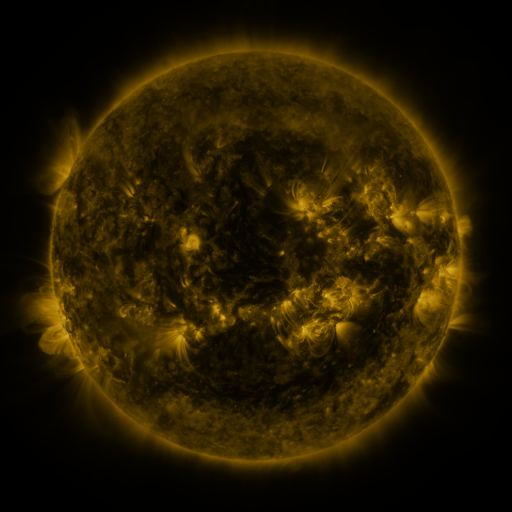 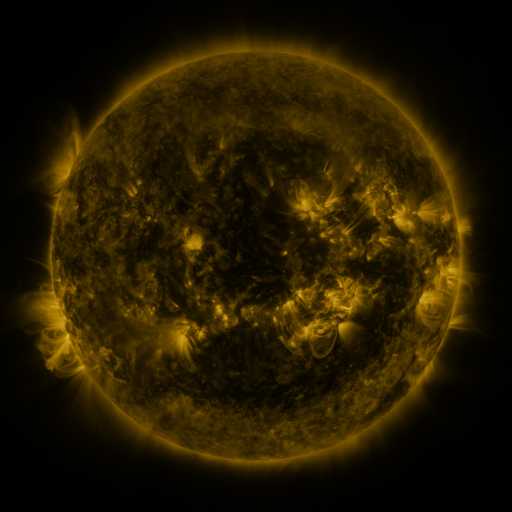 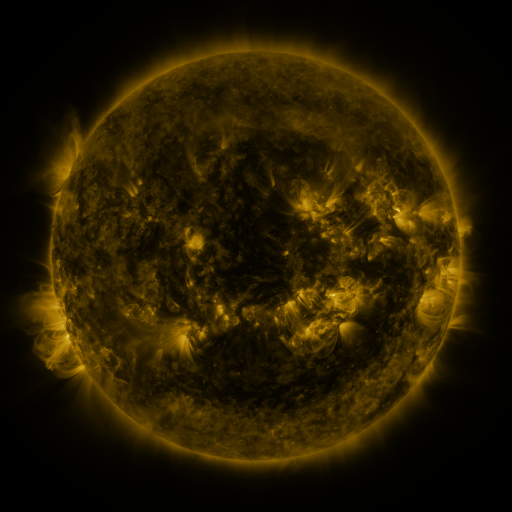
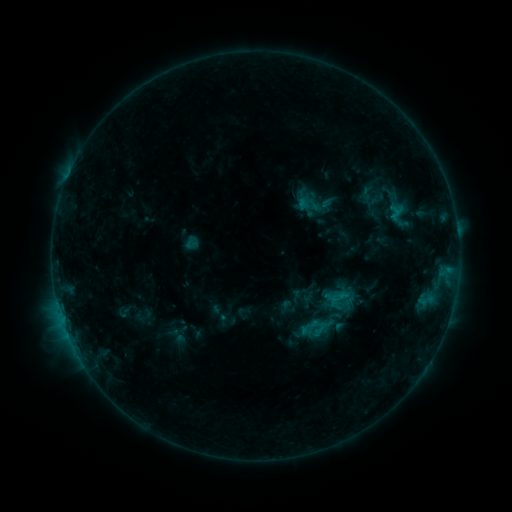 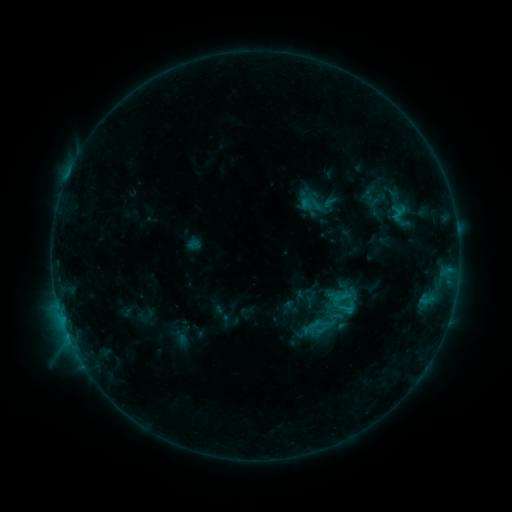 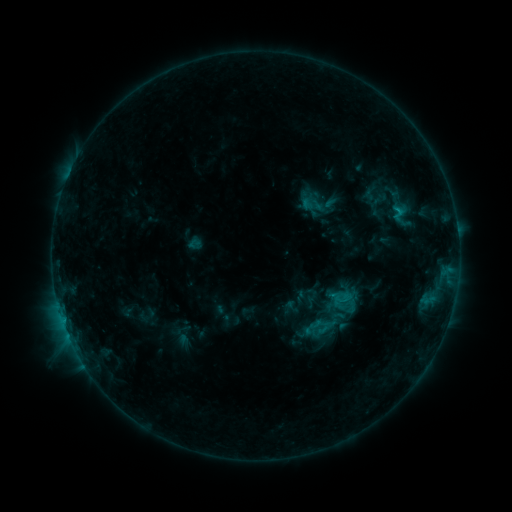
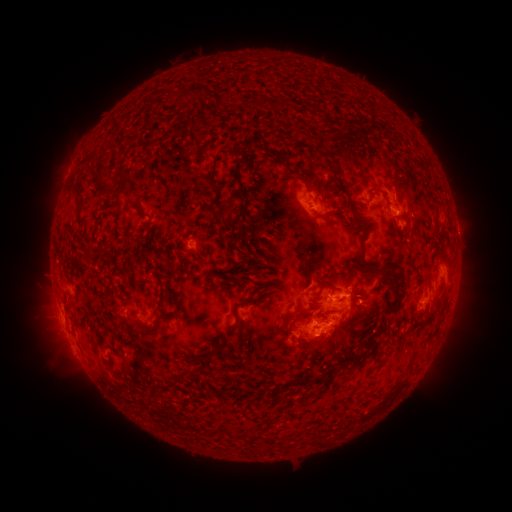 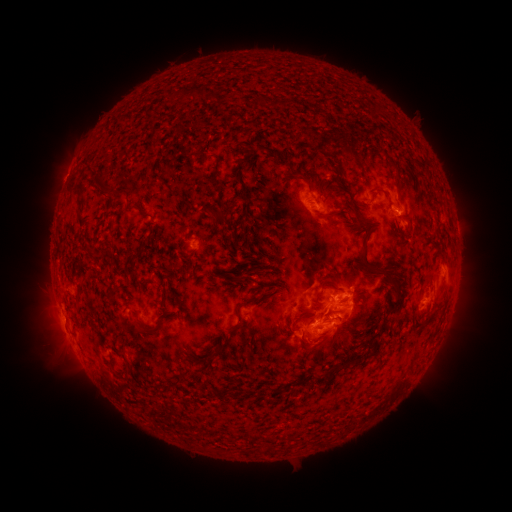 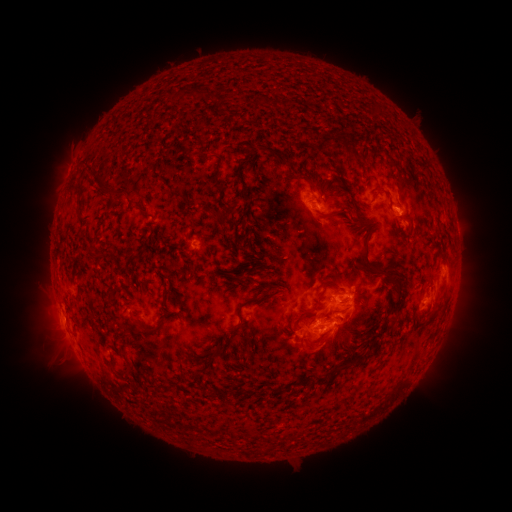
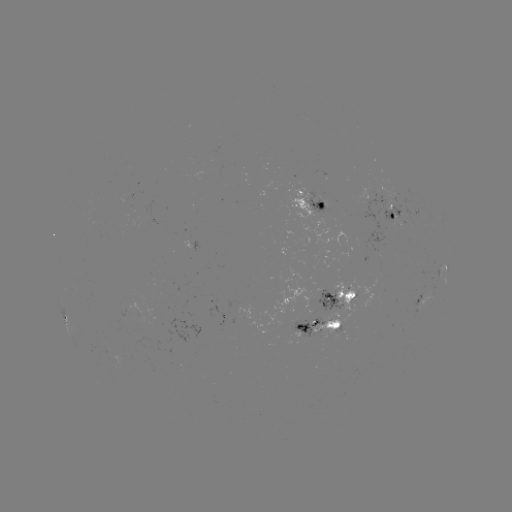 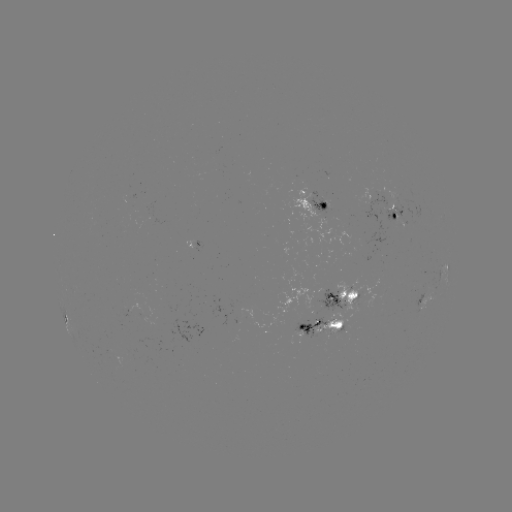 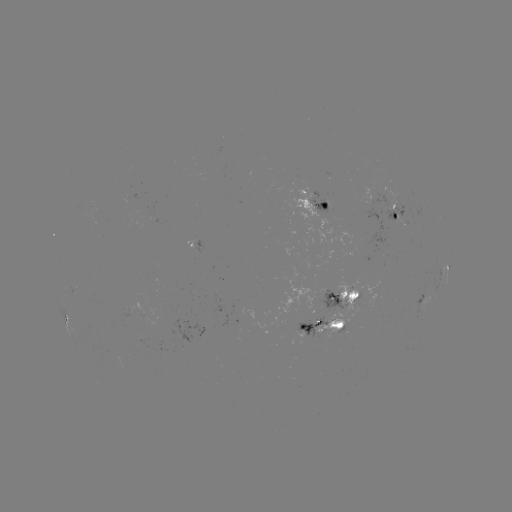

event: emerging-flux region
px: (330, 310)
